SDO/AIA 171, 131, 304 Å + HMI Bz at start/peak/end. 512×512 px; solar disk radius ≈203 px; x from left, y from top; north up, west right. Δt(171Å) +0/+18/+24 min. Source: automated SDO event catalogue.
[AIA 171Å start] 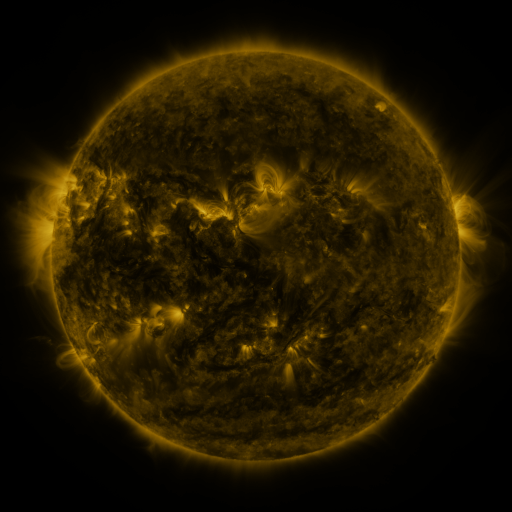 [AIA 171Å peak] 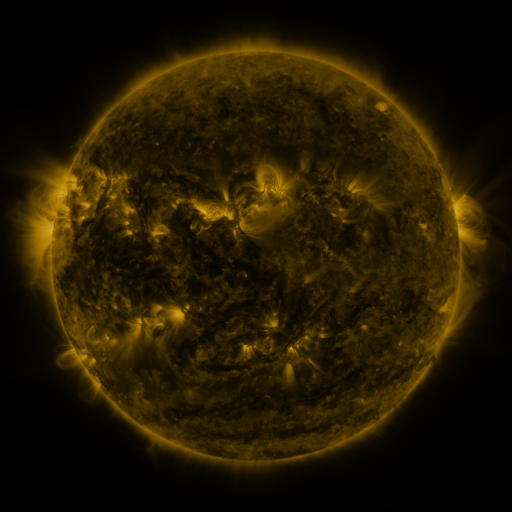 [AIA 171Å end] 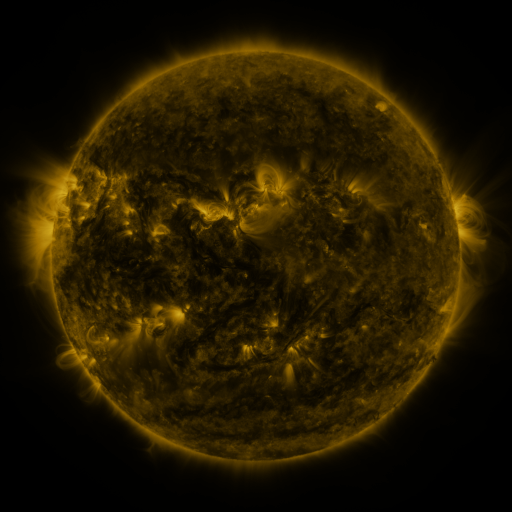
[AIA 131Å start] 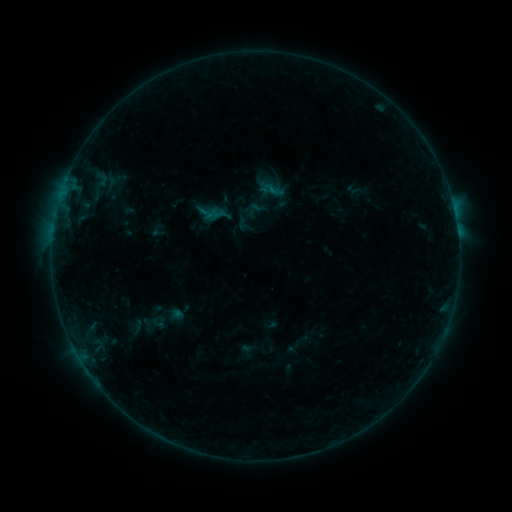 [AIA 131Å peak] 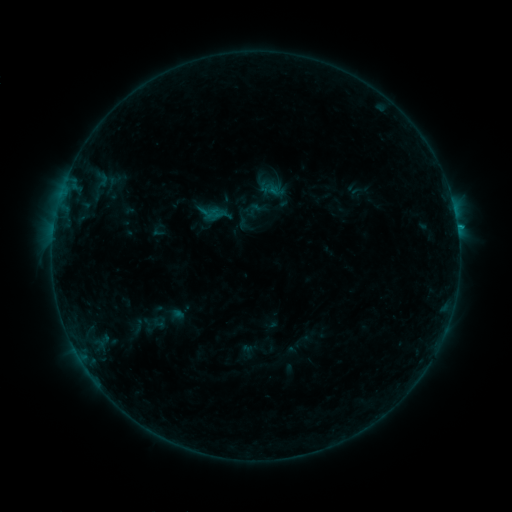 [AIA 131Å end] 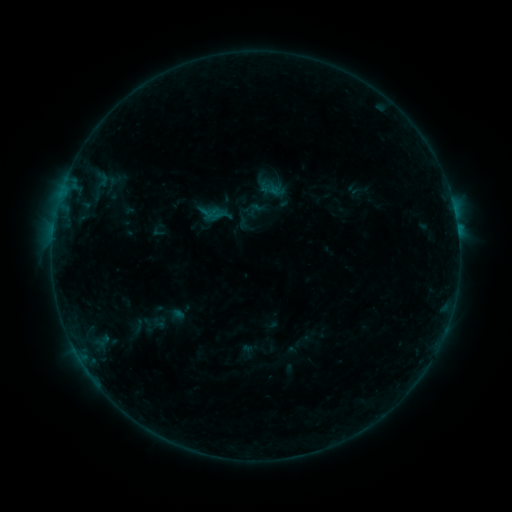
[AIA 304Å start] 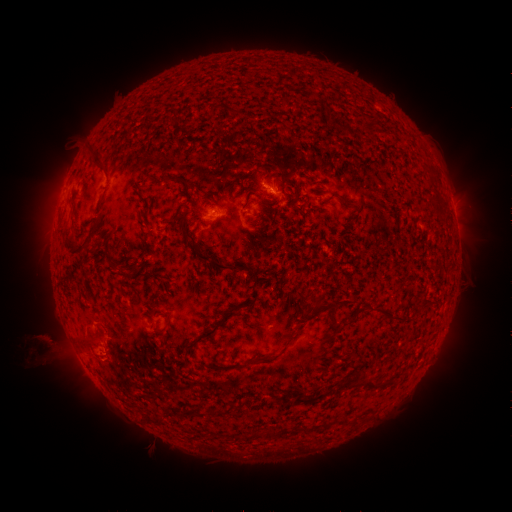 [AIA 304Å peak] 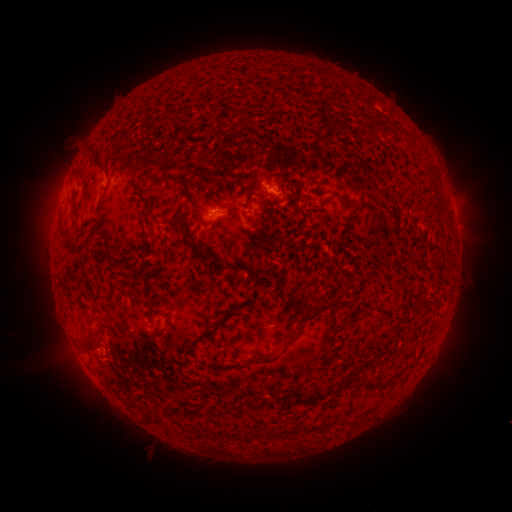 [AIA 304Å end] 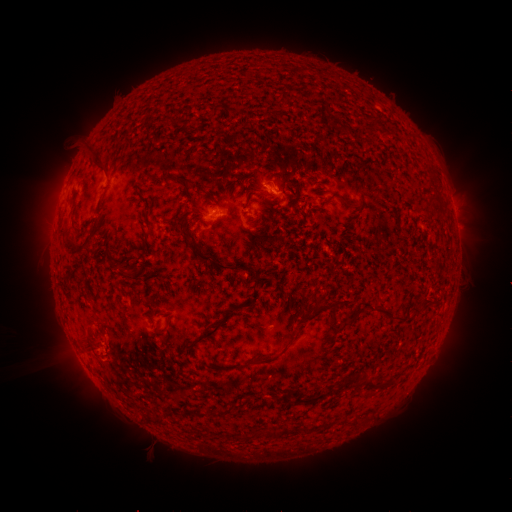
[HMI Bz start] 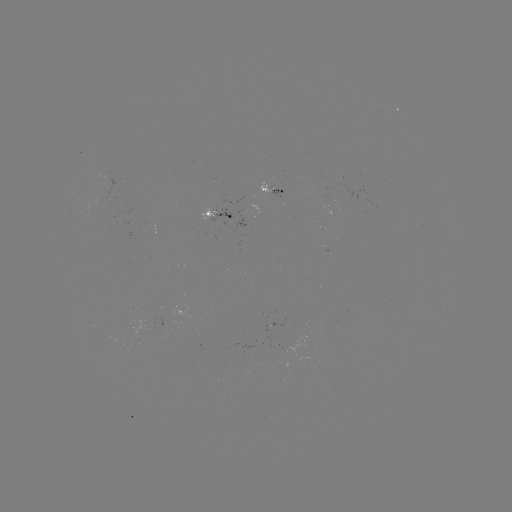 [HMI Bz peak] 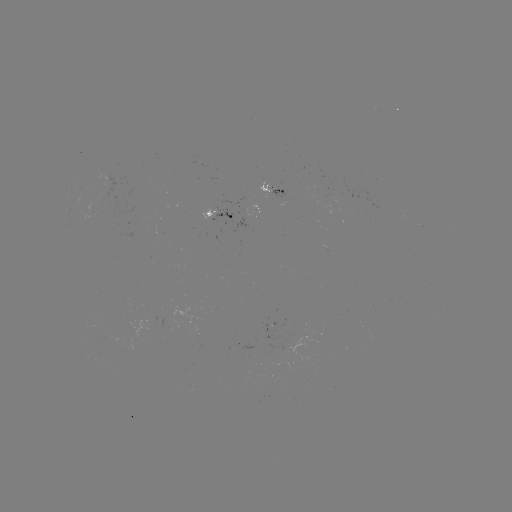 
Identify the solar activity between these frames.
B4.2 flare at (457, 231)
